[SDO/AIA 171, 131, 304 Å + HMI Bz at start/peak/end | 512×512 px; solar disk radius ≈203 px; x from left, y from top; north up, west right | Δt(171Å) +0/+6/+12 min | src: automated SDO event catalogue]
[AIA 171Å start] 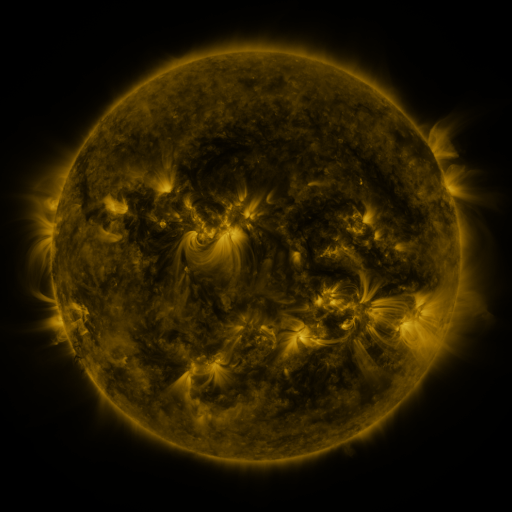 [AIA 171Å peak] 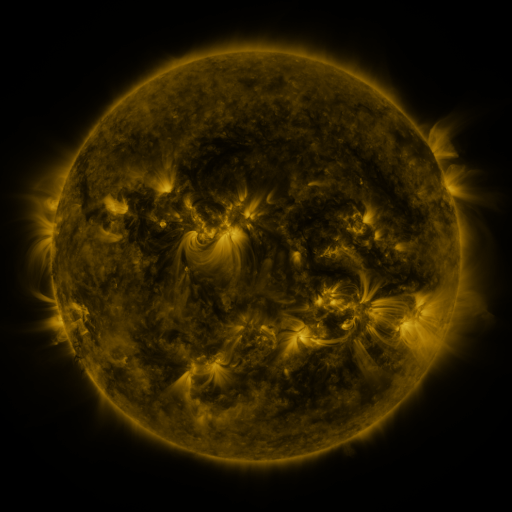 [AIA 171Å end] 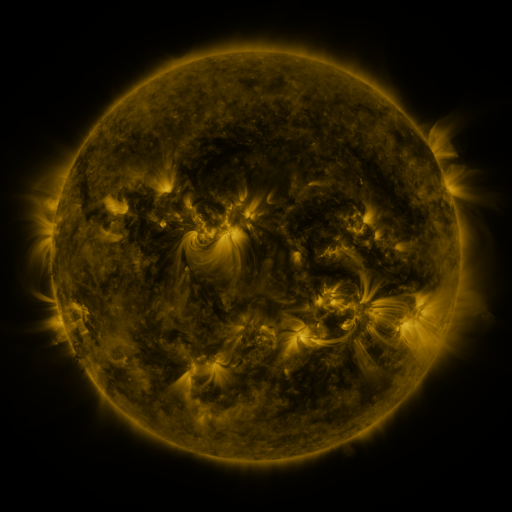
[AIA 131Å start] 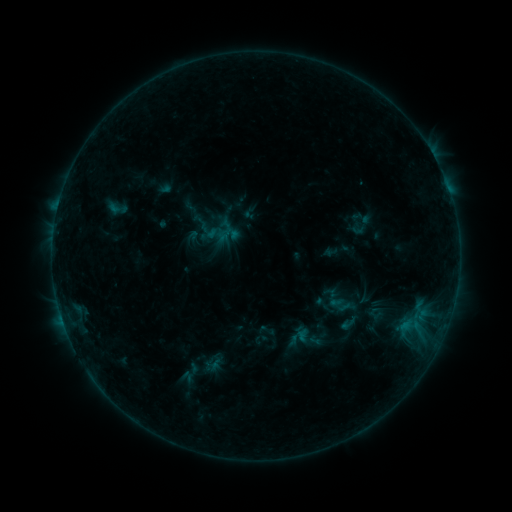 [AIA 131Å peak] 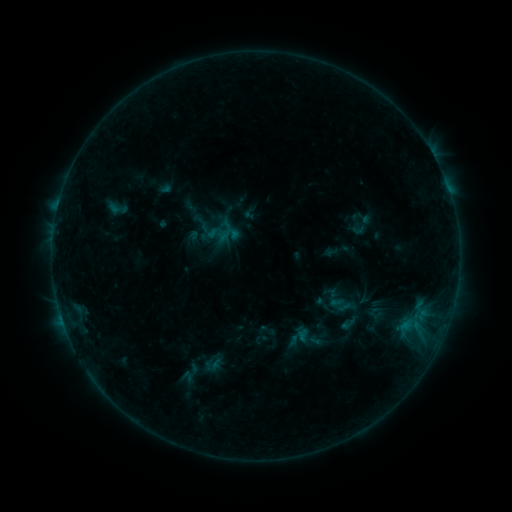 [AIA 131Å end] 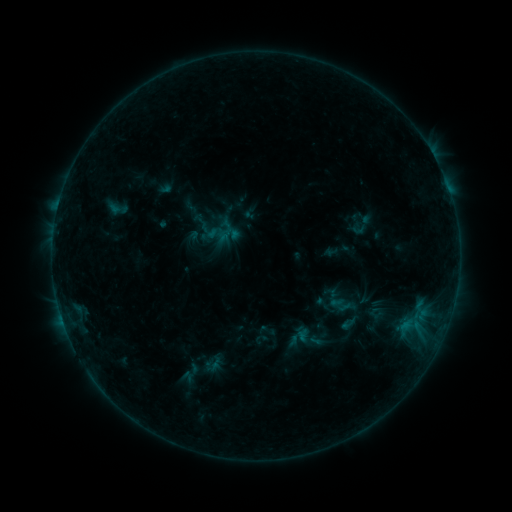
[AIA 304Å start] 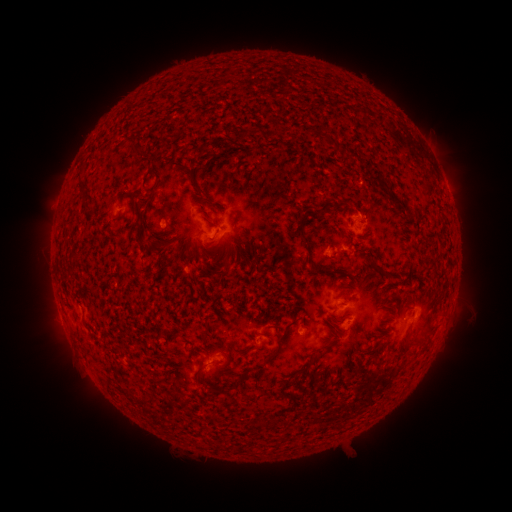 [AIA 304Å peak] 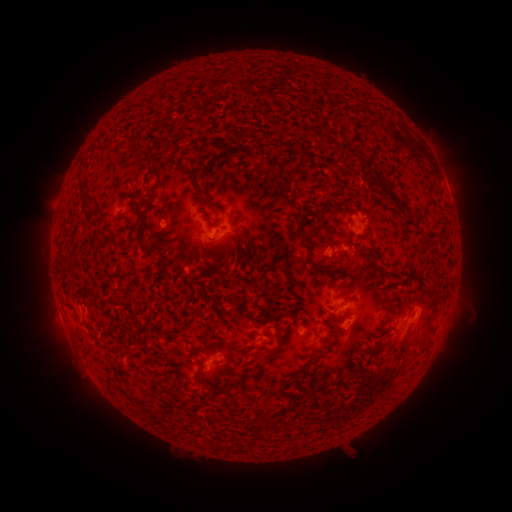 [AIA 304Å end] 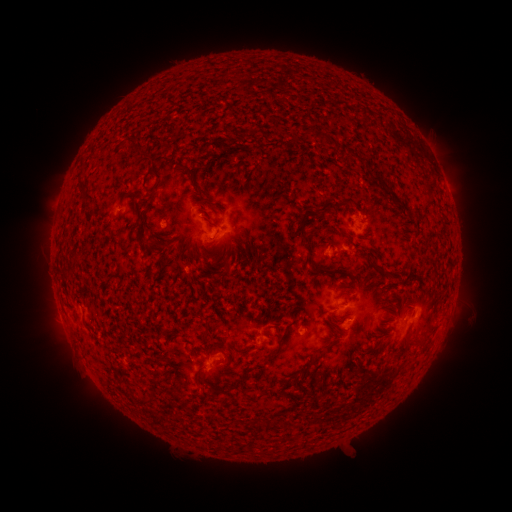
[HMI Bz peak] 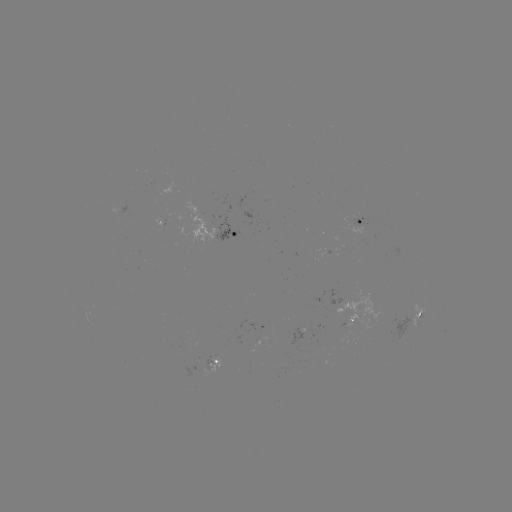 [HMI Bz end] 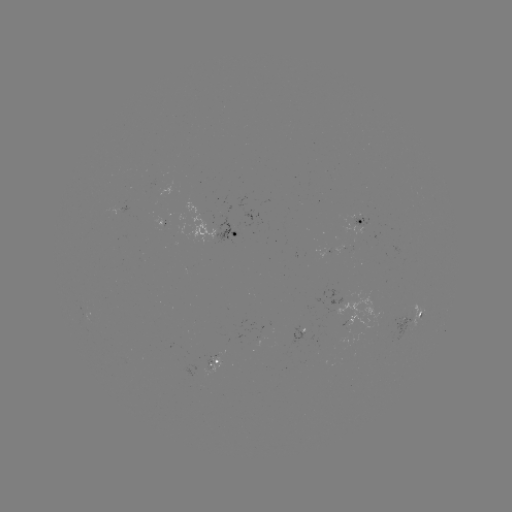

no catalogued flare and no flagged EUV brightening in this window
